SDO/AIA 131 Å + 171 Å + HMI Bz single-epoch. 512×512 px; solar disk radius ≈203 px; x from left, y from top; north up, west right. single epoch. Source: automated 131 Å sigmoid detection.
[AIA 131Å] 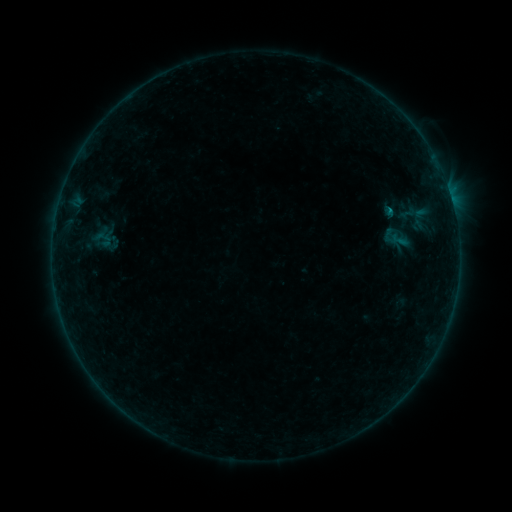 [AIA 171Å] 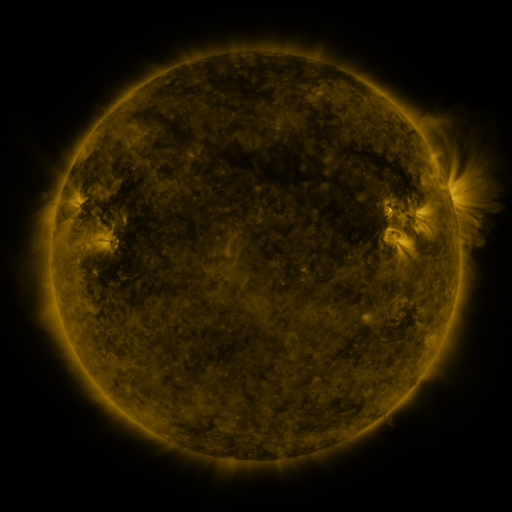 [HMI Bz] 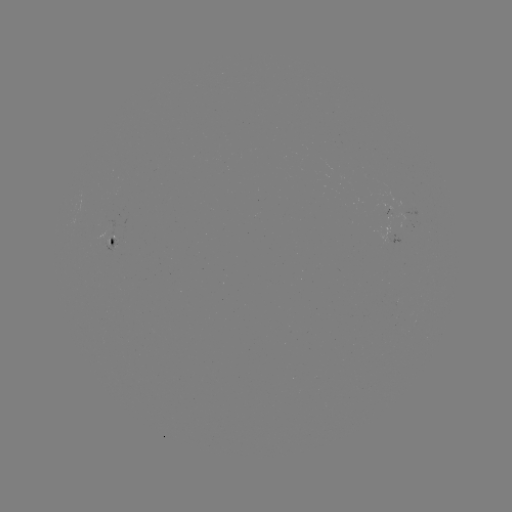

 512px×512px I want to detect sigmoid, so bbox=[387, 230, 409, 248].